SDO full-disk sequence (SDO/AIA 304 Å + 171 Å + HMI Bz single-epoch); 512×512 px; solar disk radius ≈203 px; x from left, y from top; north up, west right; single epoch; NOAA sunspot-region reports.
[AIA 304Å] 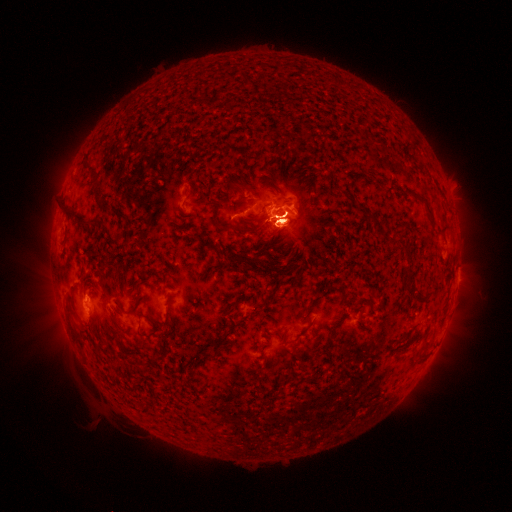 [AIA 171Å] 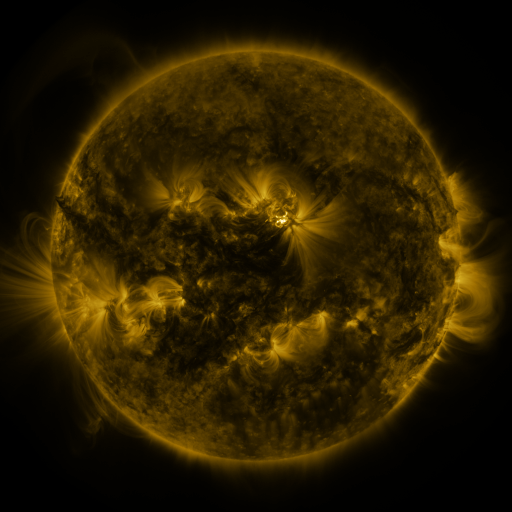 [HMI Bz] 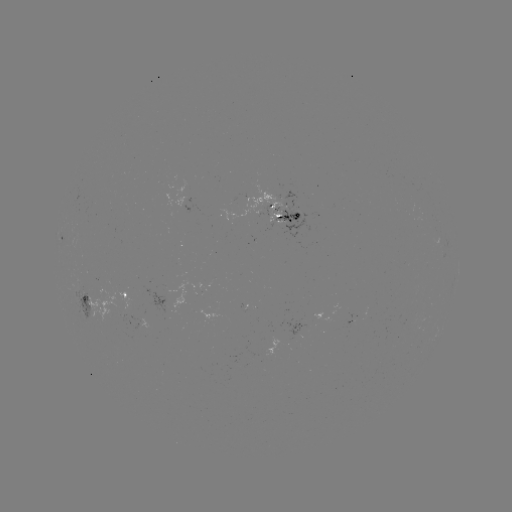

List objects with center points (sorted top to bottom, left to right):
spotted active region: (283, 218)
spotted active region: (123, 296)
spotted active region: (86, 300)
